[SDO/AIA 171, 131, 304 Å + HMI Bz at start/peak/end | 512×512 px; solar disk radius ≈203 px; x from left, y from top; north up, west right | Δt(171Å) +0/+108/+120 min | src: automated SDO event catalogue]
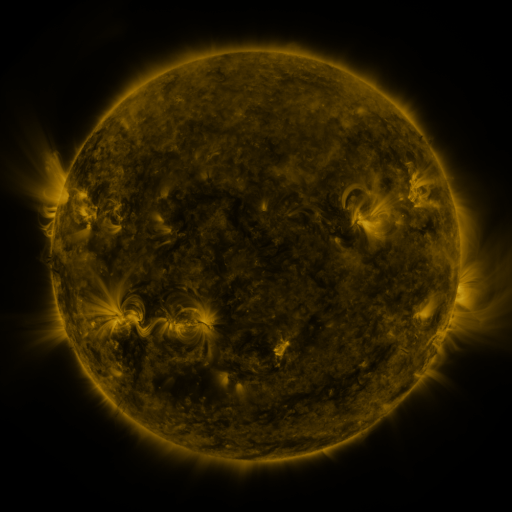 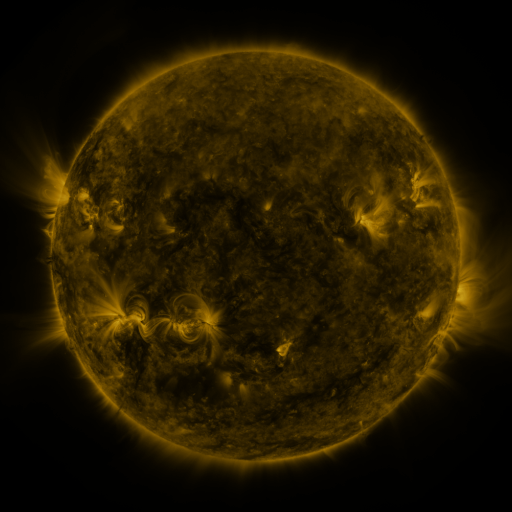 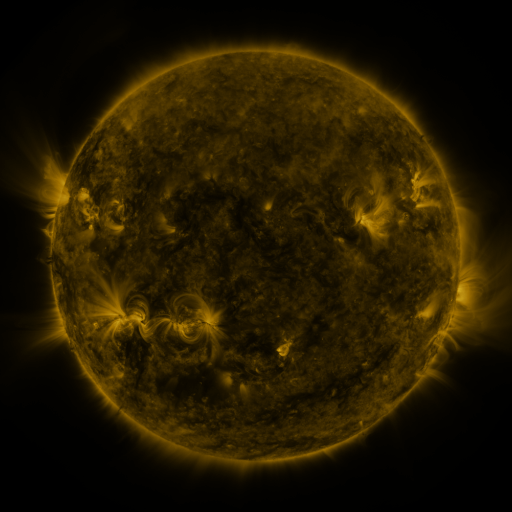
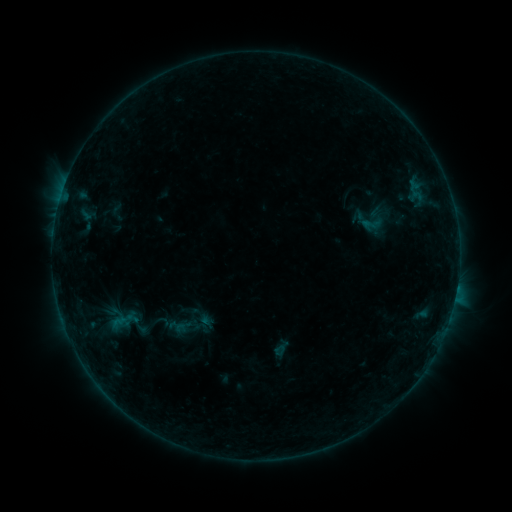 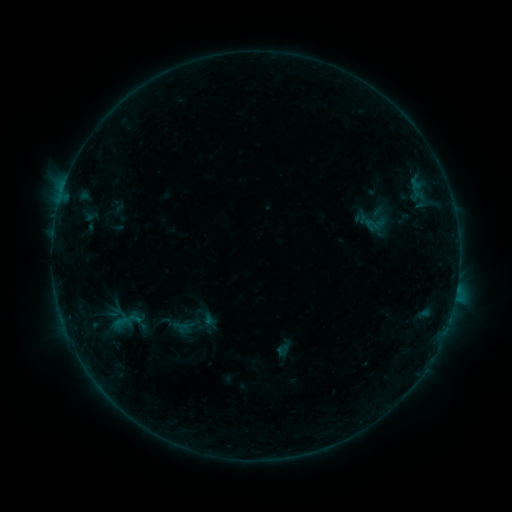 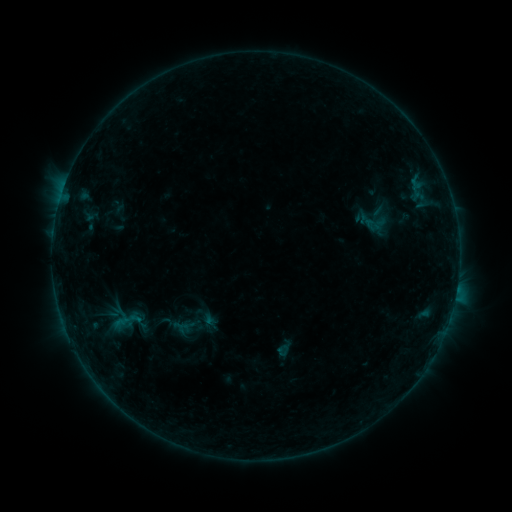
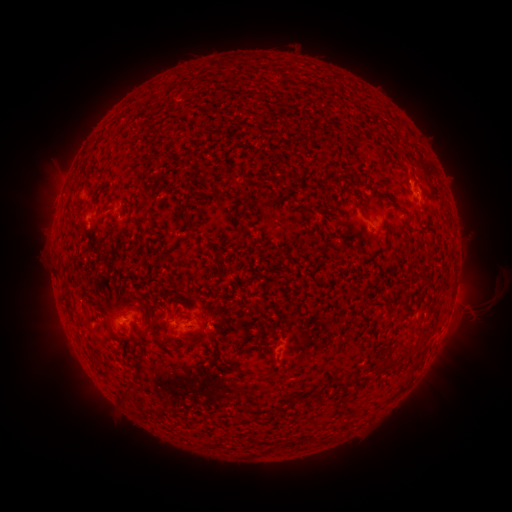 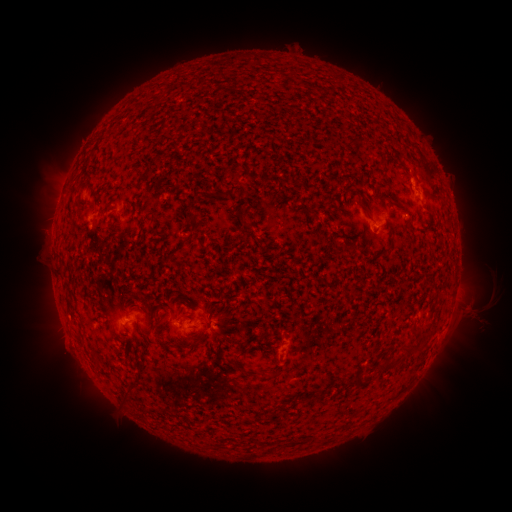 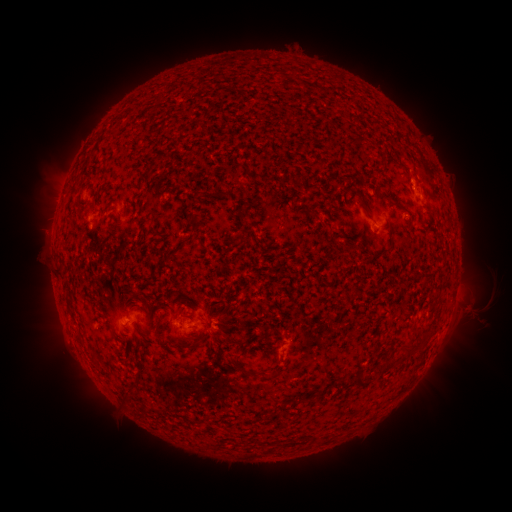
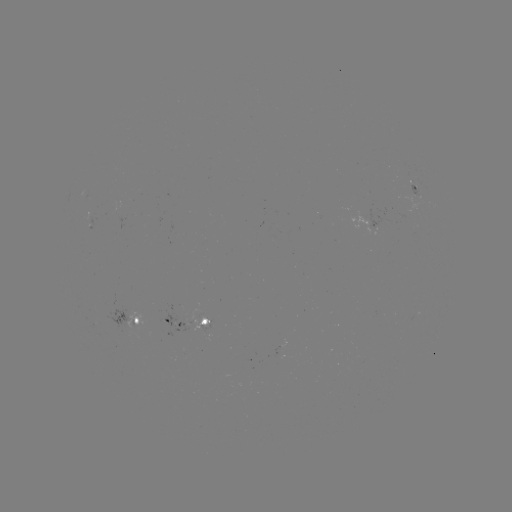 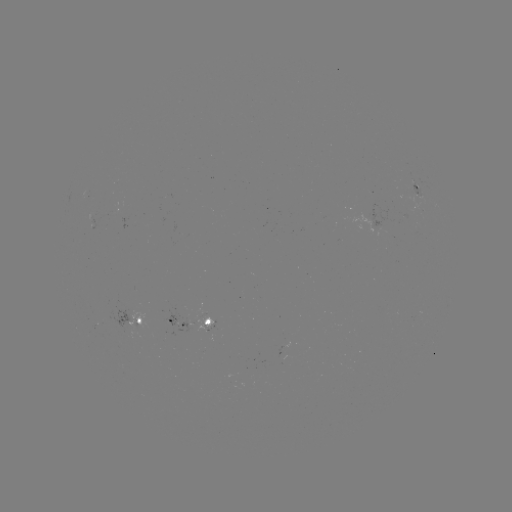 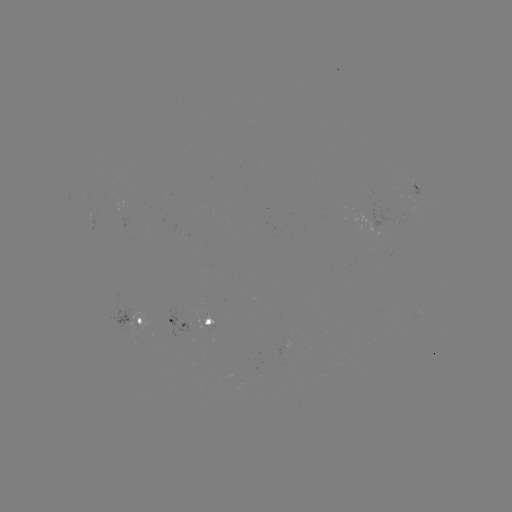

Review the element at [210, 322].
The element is emerging-flux region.